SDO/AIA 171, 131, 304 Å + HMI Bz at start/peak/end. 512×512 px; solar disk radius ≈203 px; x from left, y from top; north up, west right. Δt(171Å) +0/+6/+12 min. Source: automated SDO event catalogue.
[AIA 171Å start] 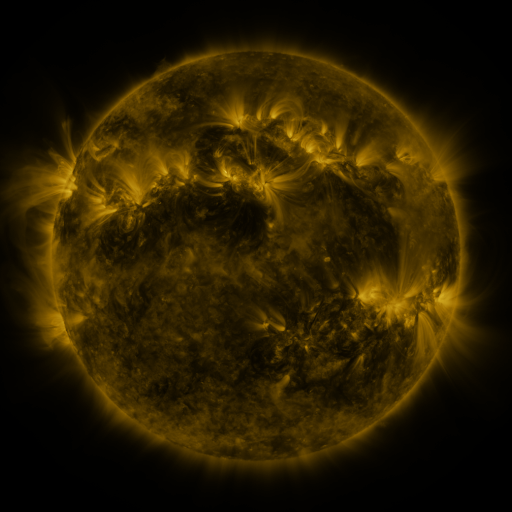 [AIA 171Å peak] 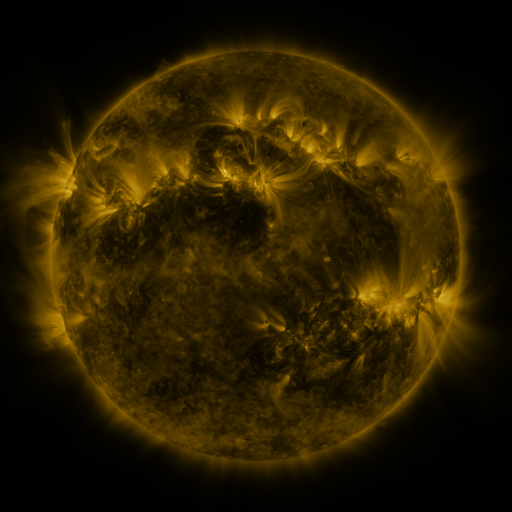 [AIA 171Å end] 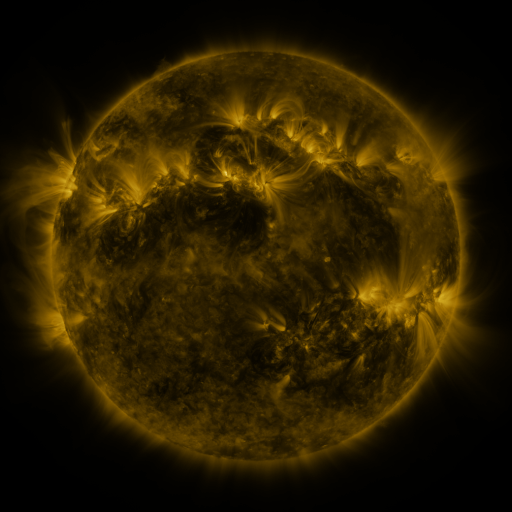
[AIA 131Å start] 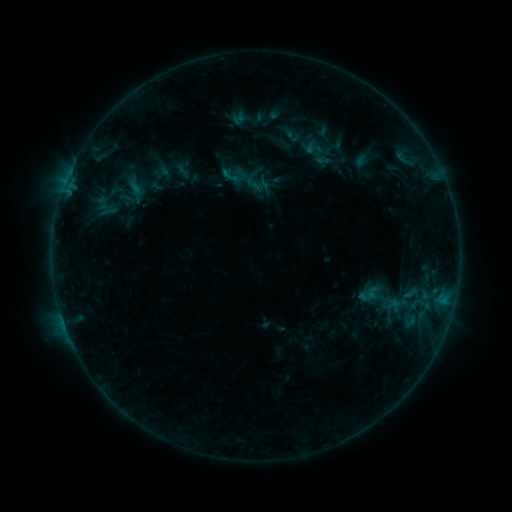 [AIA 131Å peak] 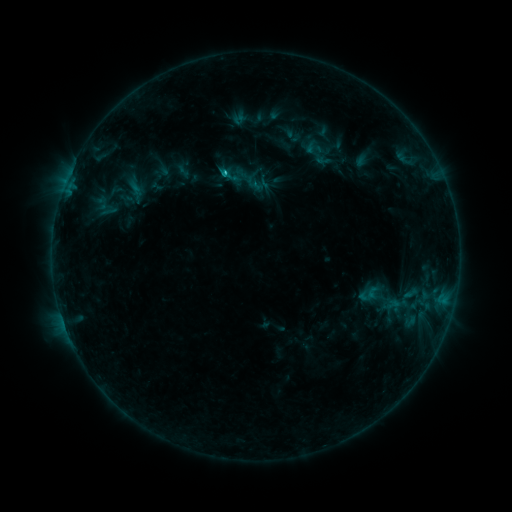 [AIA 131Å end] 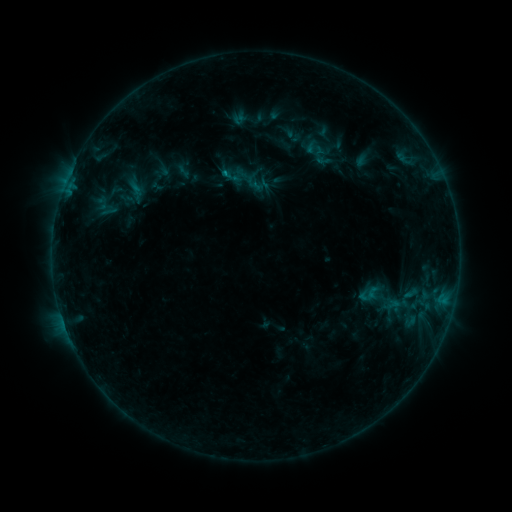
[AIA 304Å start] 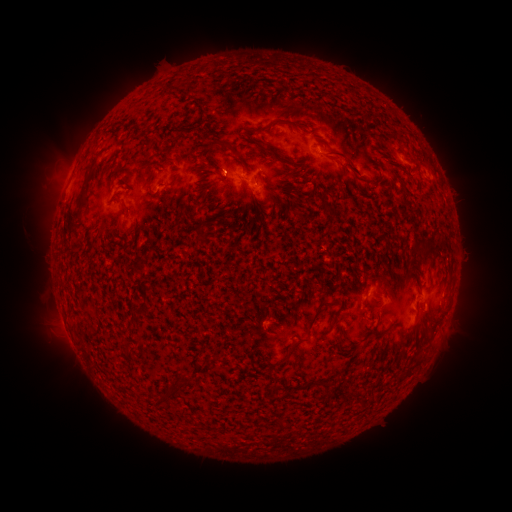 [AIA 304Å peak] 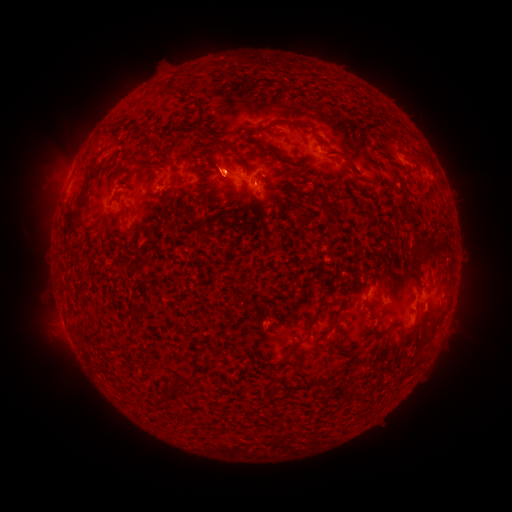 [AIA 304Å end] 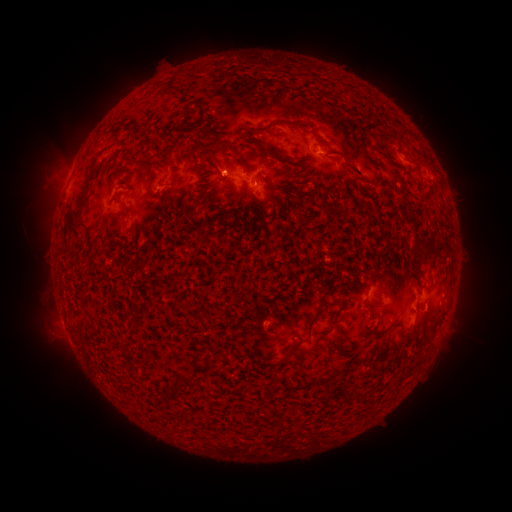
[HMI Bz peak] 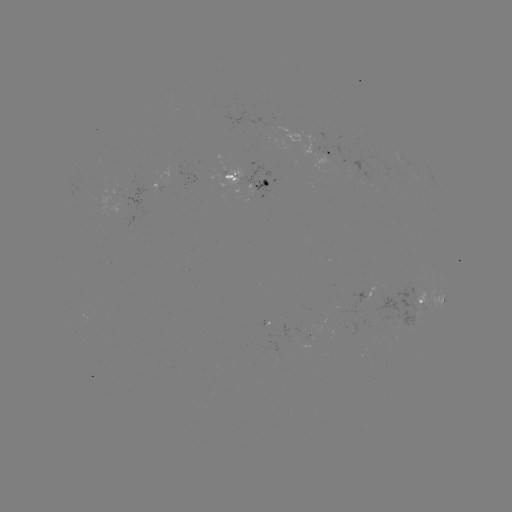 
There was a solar flare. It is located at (225, 174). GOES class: B6.8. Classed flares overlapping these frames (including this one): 1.